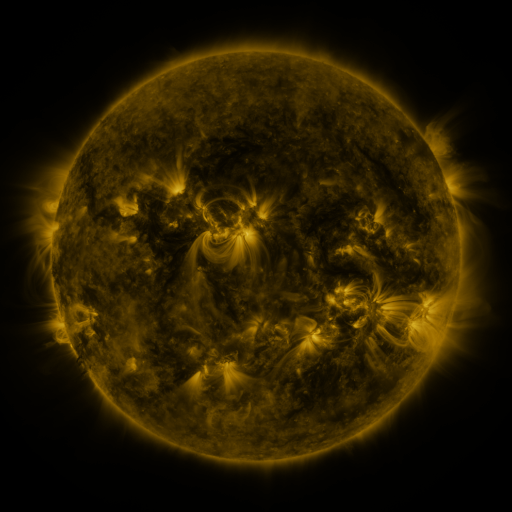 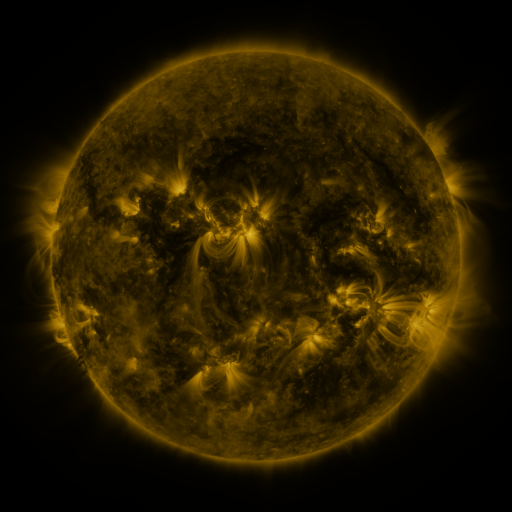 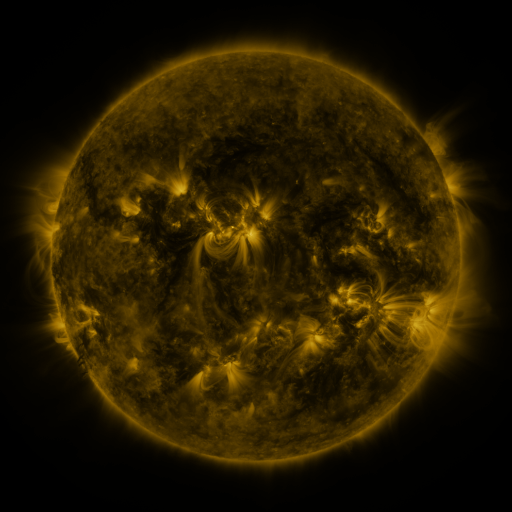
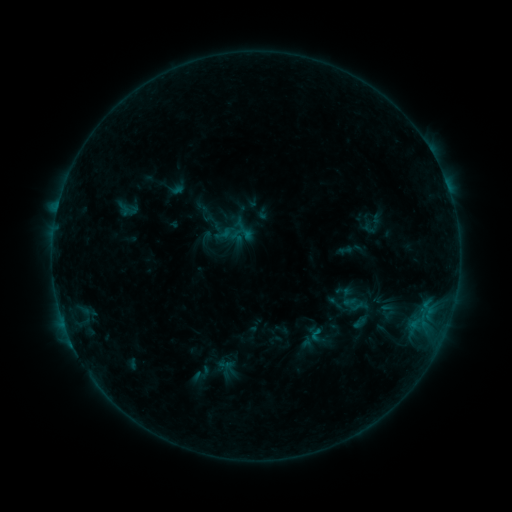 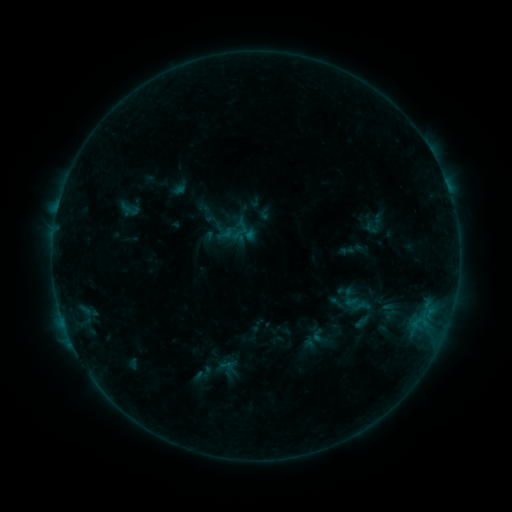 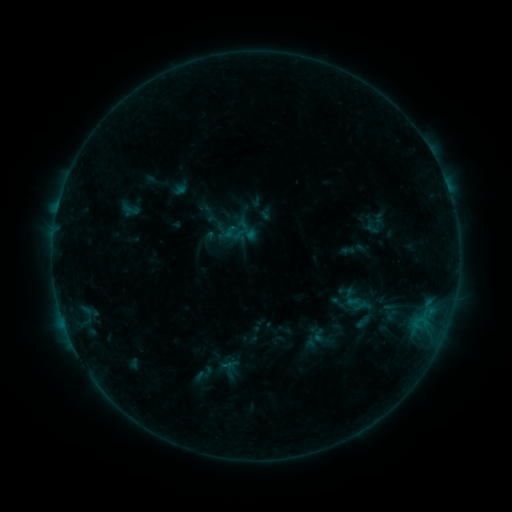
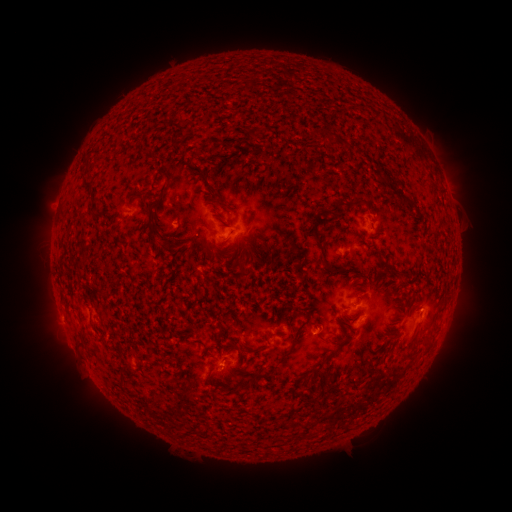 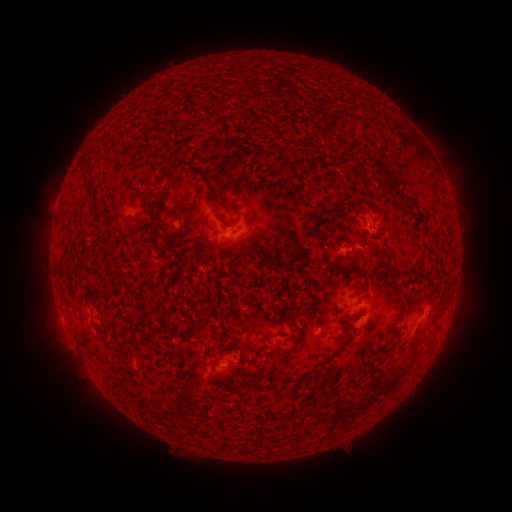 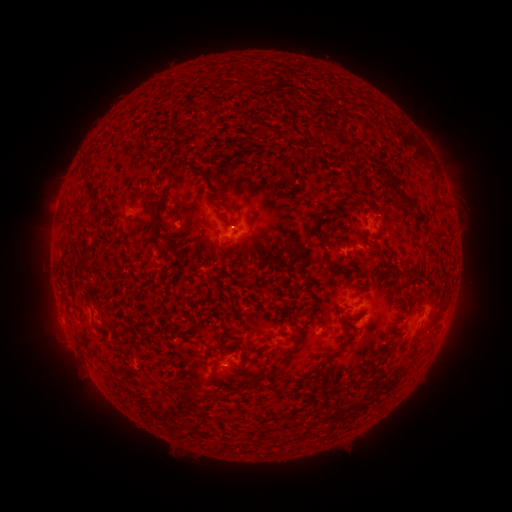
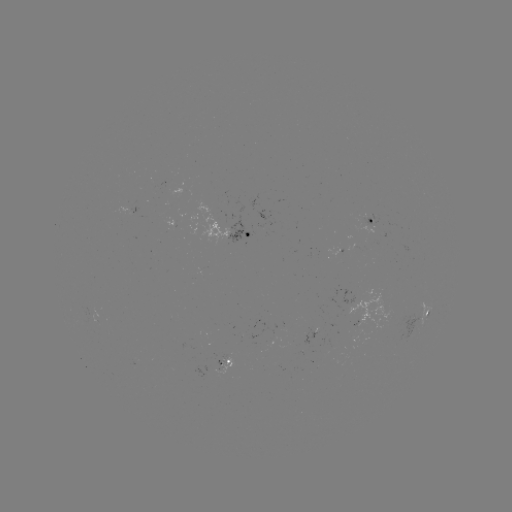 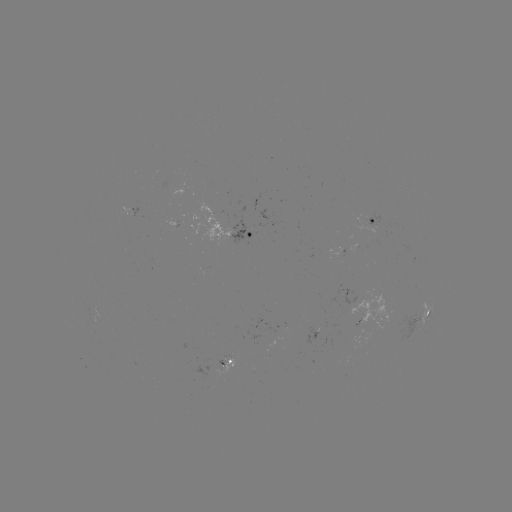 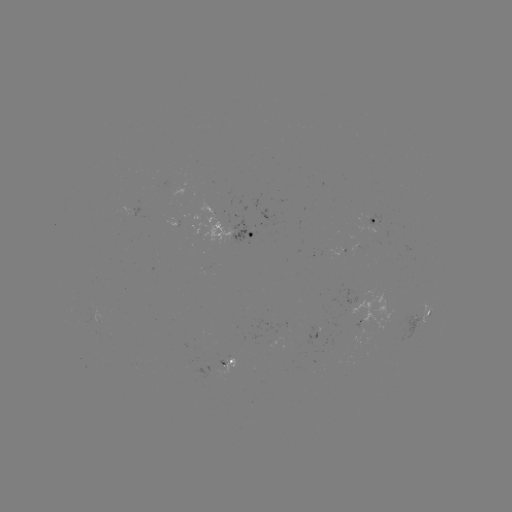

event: emerging-flux region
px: (139, 377)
